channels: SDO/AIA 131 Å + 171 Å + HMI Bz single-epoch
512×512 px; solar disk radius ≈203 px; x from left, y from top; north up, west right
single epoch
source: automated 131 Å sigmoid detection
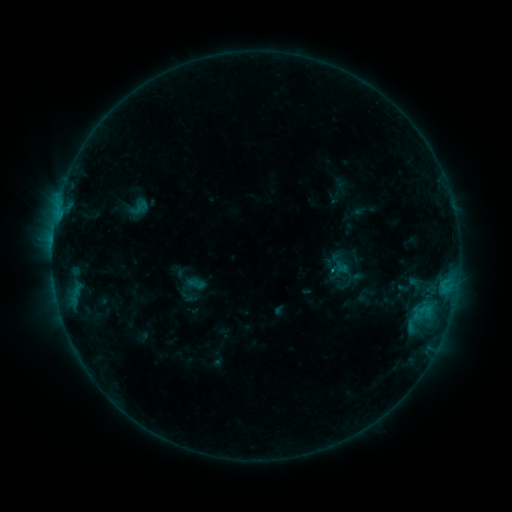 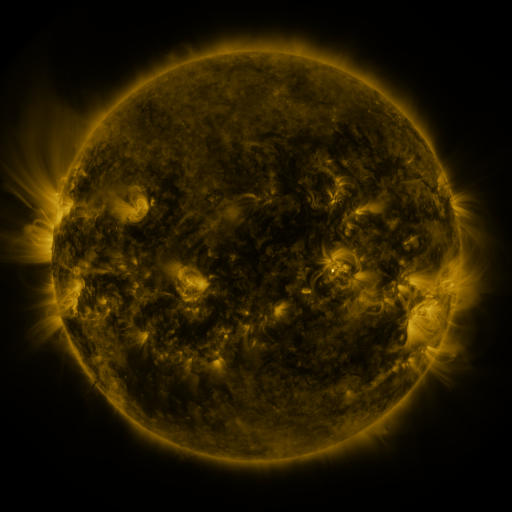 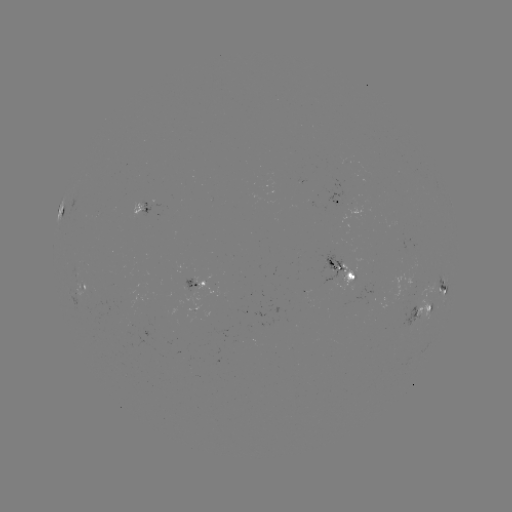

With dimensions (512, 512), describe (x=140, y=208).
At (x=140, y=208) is sigmoid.